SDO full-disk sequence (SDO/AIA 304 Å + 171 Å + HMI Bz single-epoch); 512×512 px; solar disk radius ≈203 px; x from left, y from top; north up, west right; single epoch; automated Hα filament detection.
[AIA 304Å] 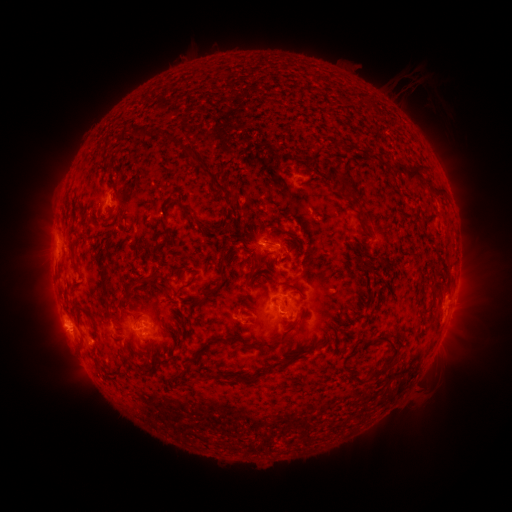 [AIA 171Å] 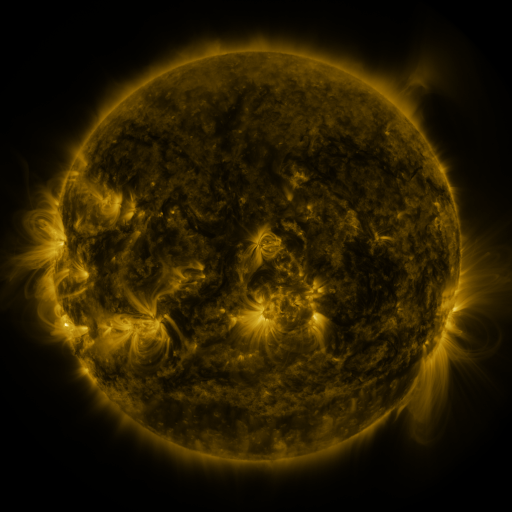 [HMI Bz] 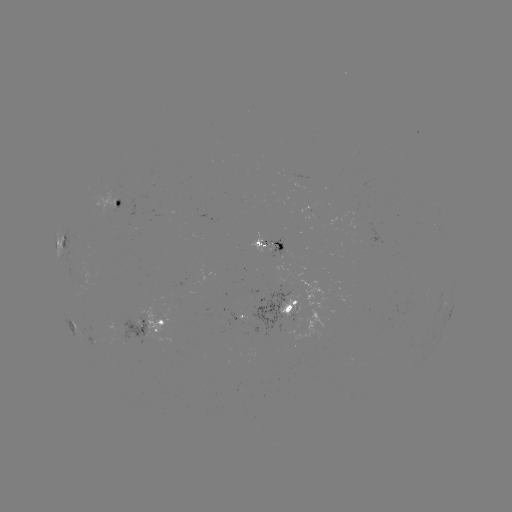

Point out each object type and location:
filament: [243, 97, 267, 112]
filament: [133, 131, 148, 142]
filament: [161, 136, 233, 204]
filament: [330, 139, 347, 154]
filament: [245, 155, 264, 174]
filament: [101, 158, 111, 167]
filament: [389, 161, 425, 180]
filament: [269, 162, 288, 175]
filament: [210, 171, 274, 250]
filament: [265, 178, 286, 204]
filament: [230, 181, 251, 200]
filament: [284, 182, 294, 192]
filament: [287, 184, 320, 204]
filament: [345, 187, 361, 207]
filament: [207, 192, 219, 201]
filament: [371, 192, 383, 202]
filament: [274, 196, 292, 224]
filament: [226, 199, 243, 216]
filament: [197, 206, 210, 216]
filament: [251, 207, 279, 229]
filament: [309, 208, 319, 218]
filament: [292, 209, 304, 223]
filament: [159, 210, 170, 236]
filament: [297, 212, 329, 238]
filament: [241, 214, 259, 233]
filament: [195, 220, 222, 237]
filament: [320, 223, 336, 236]
filament: [262, 224, 288, 241]
filament: [240, 227, 314, 281]
filament: [213, 239, 230, 258]
filament: [197, 241, 215, 254]
filament: [103, 244, 111, 261]
filament: [181, 245, 191, 259]
filament: [283, 247, 305, 259]
filament: [219, 249, 241, 262]
filament: [302, 252, 329, 270]
filament: [365, 252, 379, 270]
filament: [326, 253, 356, 283]
filament: [196, 255, 209, 266]
filament: [177, 262, 231, 327]
filament: [165, 263, 175, 271]
filament: [321, 263, 332, 272]
filament: [96, 267, 111, 311]
filament: [314, 272, 323, 284]
filament: [144, 274, 170, 296]
filament: [255, 274, 272, 288]
filament: [181, 277, 195, 295]
filament: [206, 277, 215, 286]
filament: [360, 277, 375, 302]
filament: [280, 284, 289, 304]
filament: [126, 285, 134, 297]
filament: [296, 287, 305, 295]
filament: [239, 291, 259, 313]
filament: [352, 295, 363, 305]
filament: [429, 296, 437, 308]
filament: [188, 297, 198, 306]
filament: [233, 297, 244, 307]
filament: [337, 298, 352, 309]
filament: [74, 305, 100, 336]
filament: [348, 306, 361, 321]
filament: [206, 307, 228, 334]
filament: [125, 311, 142, 319]
filament: [319, 313, 353, 337]
filament: [198, 315, 207, 328]
filament: [100, 316, 112, 327]
filament: [213, 319, 243, 346]
filament: [320, 326, 338, 339]
filament: [350, 333, 398, 382]
filament: [254, 334, 290, 353]
filament: [238, 337, 250, 347]
filament: [241, 340, 325, 387]
filament: [121, 353, 129, 362]
filament: [194, 353, 207, 364]
filament: [170, 374, 183, 384]
